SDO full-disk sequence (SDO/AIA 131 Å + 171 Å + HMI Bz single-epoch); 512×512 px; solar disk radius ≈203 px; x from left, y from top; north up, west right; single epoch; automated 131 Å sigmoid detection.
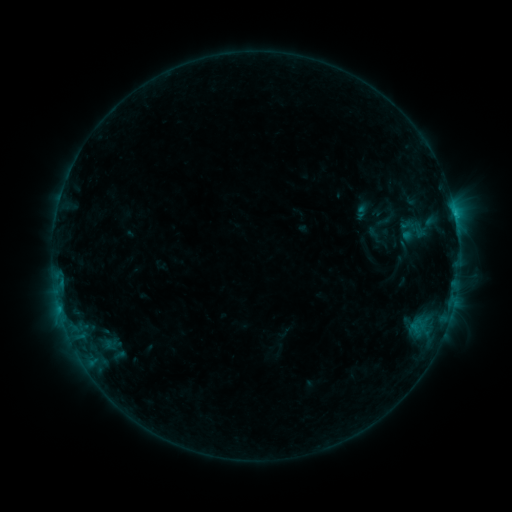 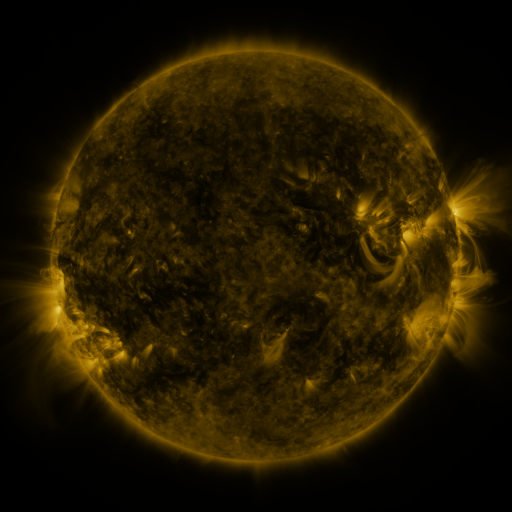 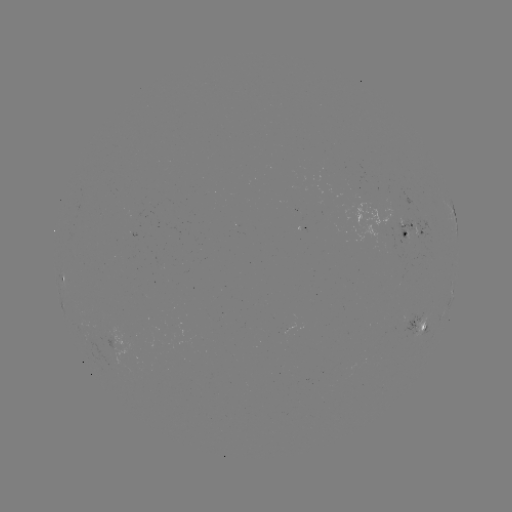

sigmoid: [398, 219, 429, 244]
